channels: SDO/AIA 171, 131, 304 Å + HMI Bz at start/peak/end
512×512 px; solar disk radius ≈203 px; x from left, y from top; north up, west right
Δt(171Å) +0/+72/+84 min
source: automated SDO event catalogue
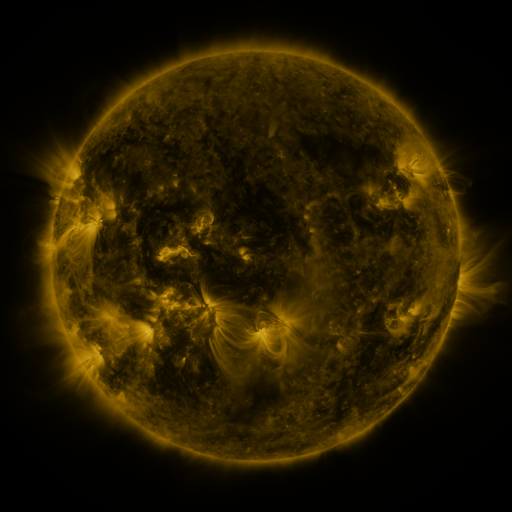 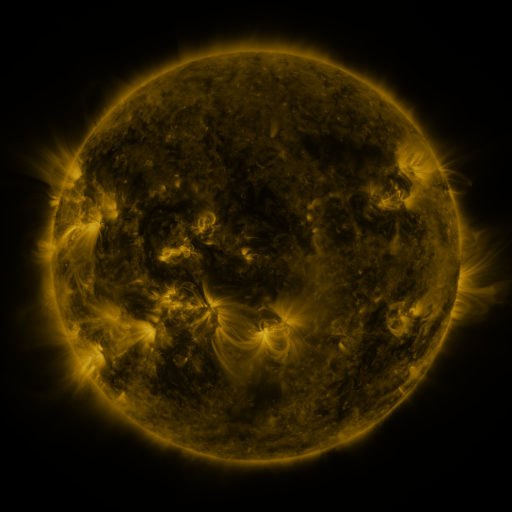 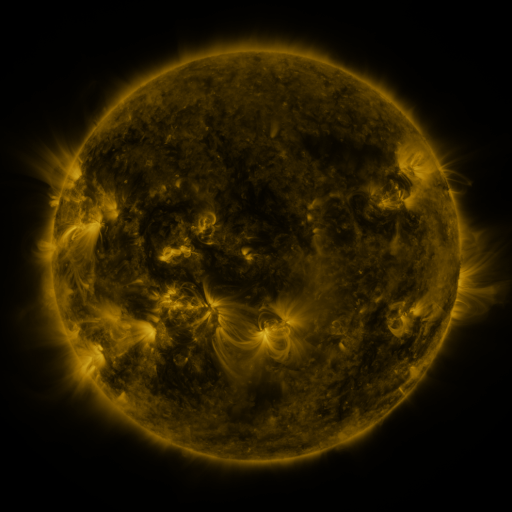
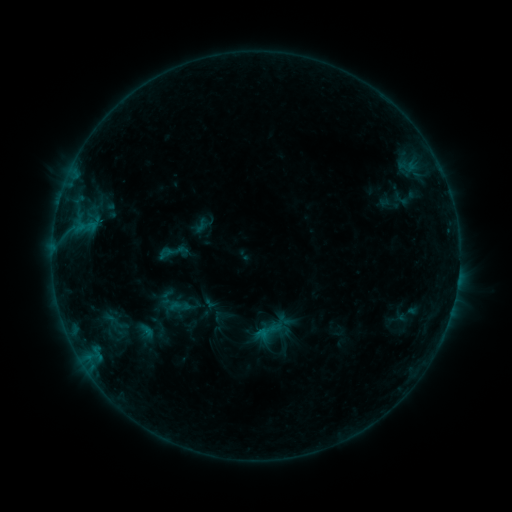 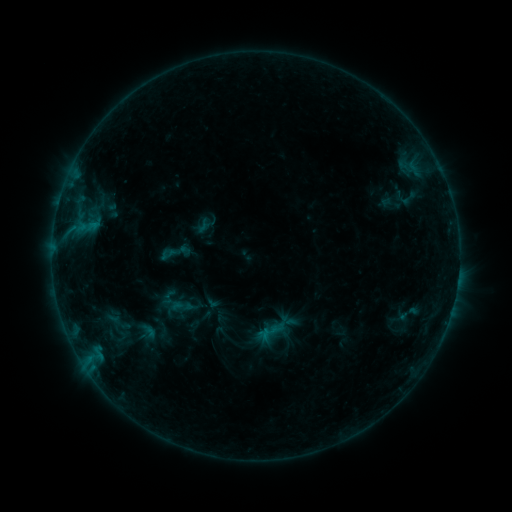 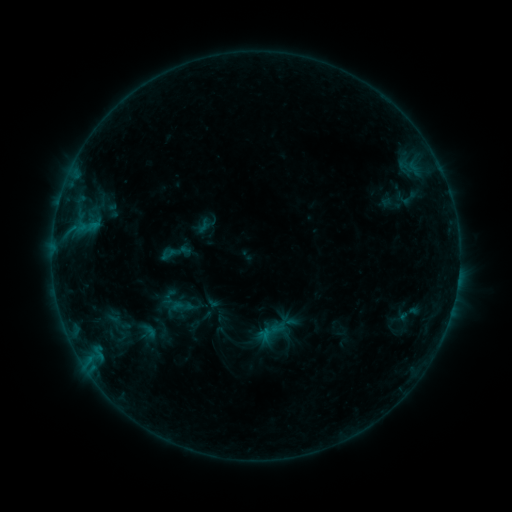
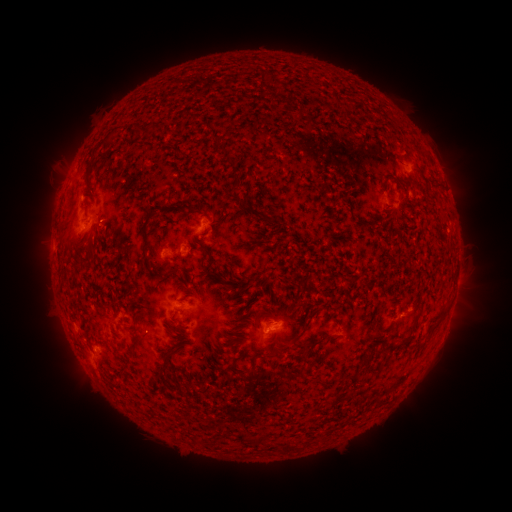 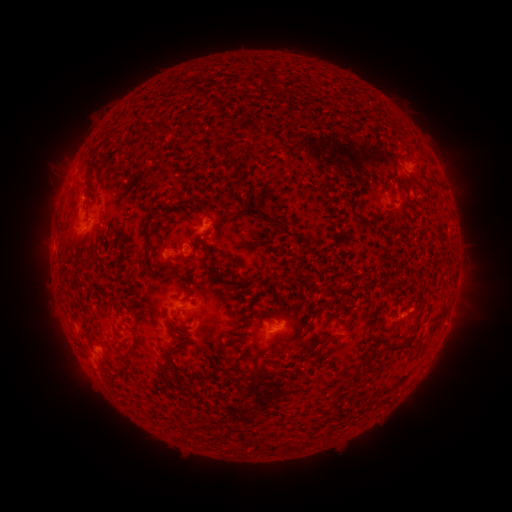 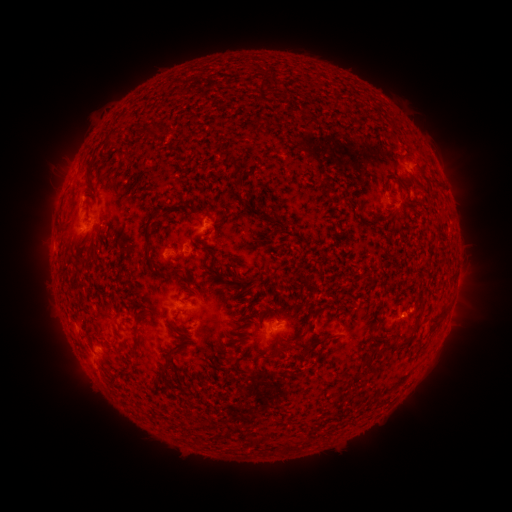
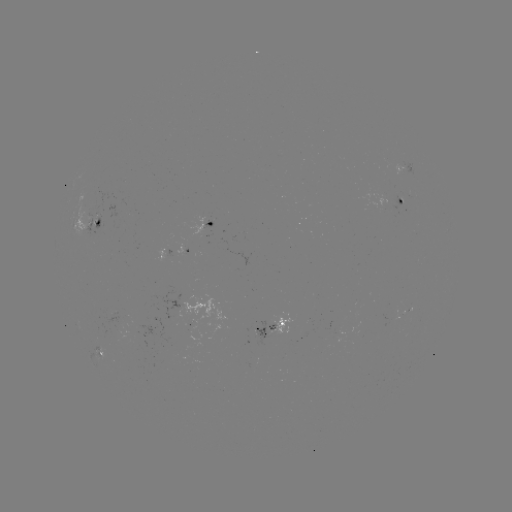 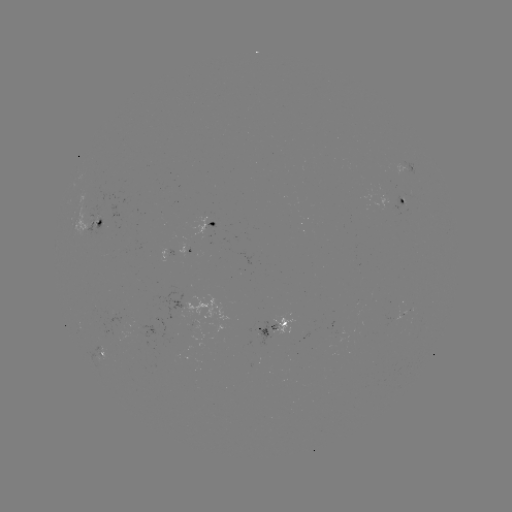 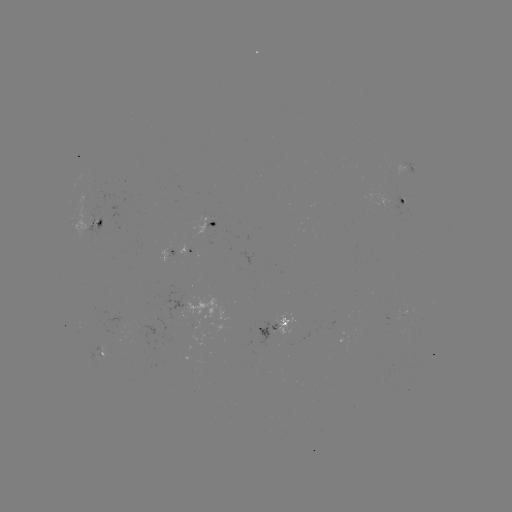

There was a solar emerging-flux region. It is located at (91, 214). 